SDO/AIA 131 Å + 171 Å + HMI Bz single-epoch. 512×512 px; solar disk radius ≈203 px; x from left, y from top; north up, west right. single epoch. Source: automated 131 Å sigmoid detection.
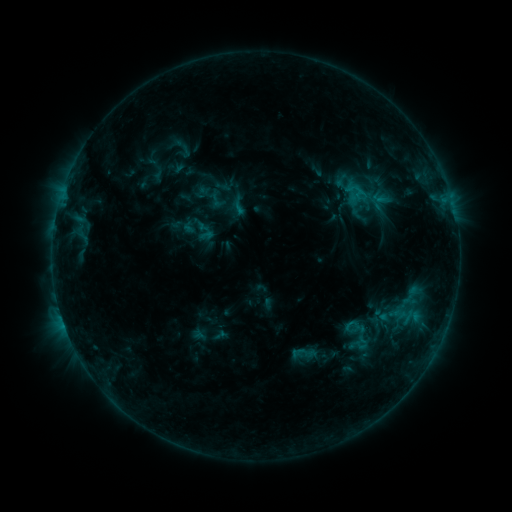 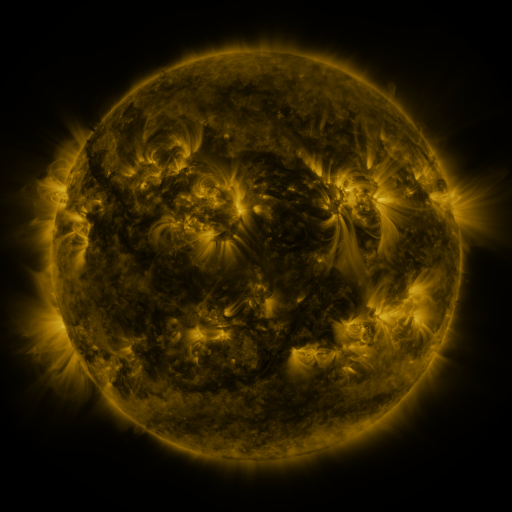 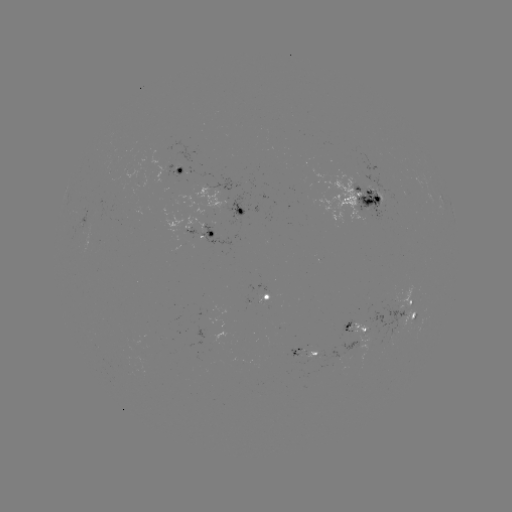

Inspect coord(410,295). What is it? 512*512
sigmoid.